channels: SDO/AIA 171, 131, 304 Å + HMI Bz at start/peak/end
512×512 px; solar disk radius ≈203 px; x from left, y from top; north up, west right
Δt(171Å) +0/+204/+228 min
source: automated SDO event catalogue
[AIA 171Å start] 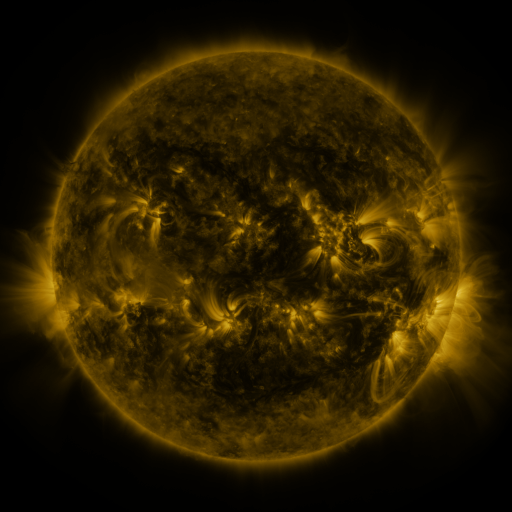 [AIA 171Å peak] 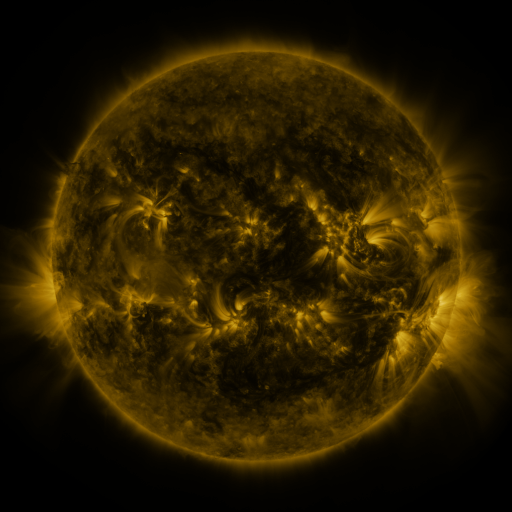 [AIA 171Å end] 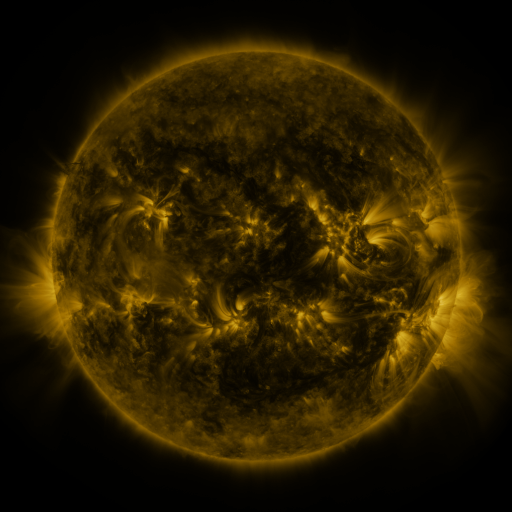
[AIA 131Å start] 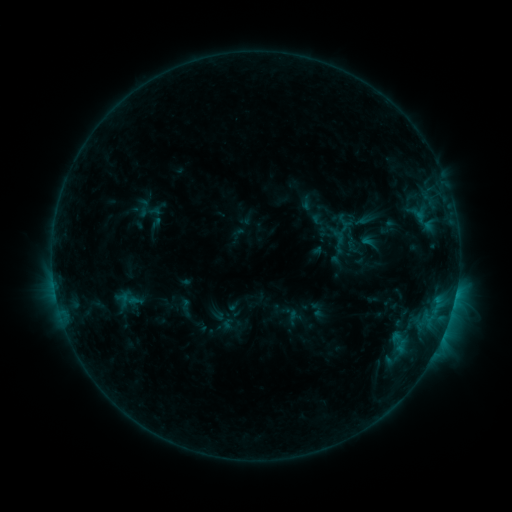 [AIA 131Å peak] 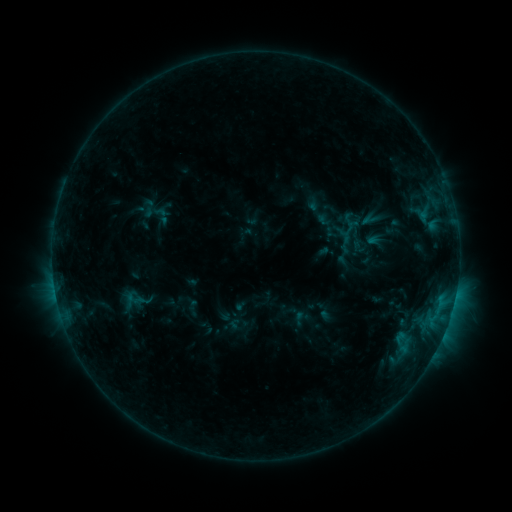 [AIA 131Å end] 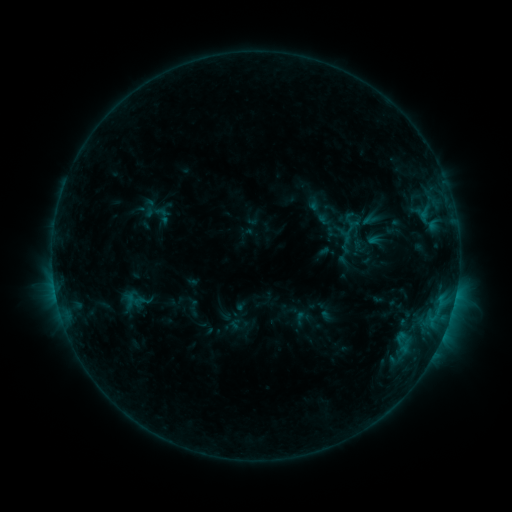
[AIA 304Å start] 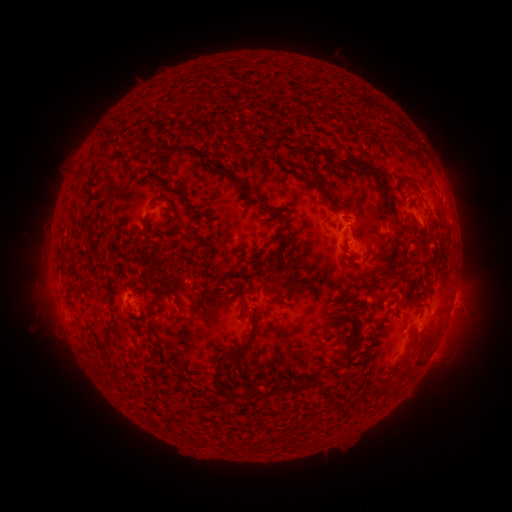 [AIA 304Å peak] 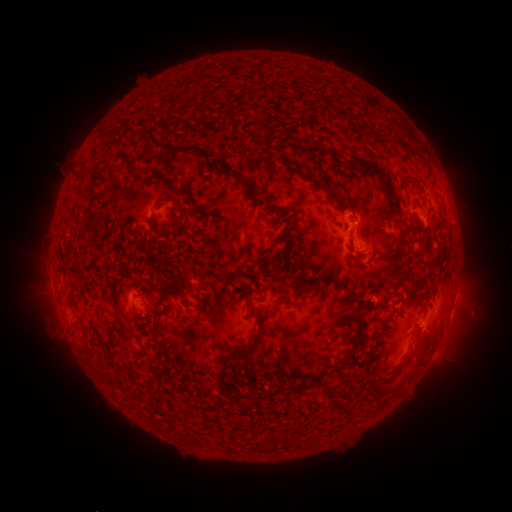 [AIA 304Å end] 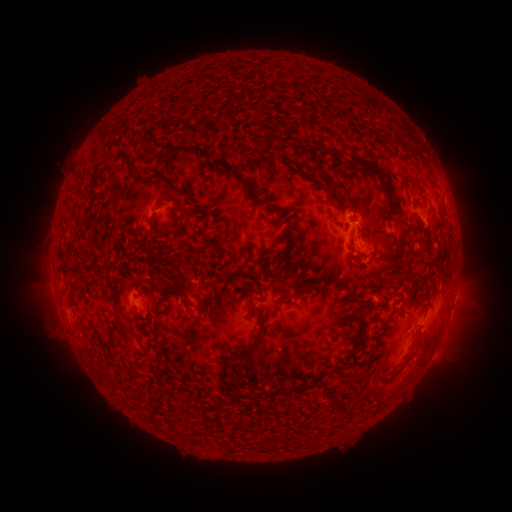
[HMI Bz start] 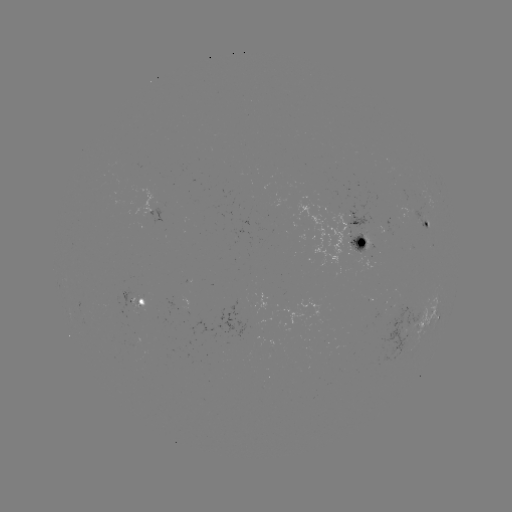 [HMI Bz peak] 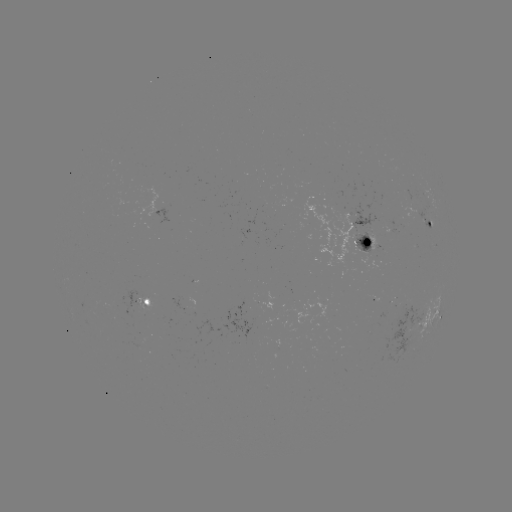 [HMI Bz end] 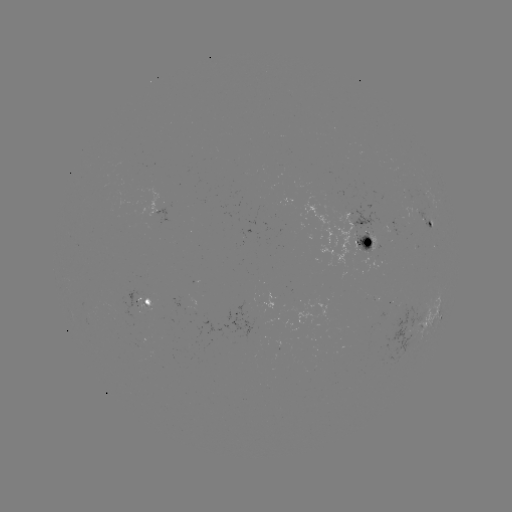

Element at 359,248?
emerging-flux region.